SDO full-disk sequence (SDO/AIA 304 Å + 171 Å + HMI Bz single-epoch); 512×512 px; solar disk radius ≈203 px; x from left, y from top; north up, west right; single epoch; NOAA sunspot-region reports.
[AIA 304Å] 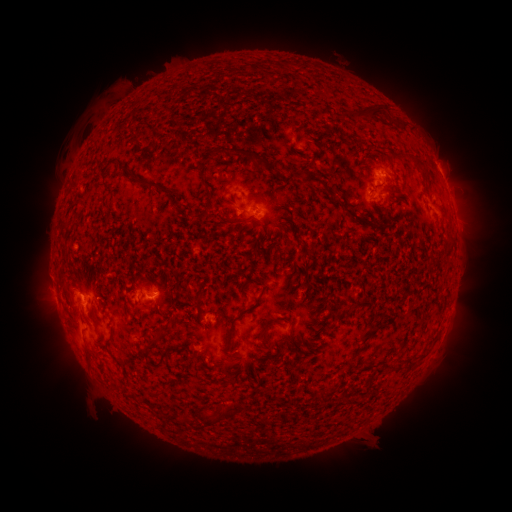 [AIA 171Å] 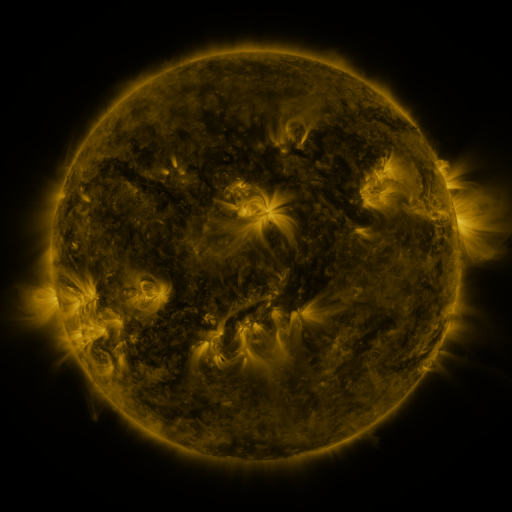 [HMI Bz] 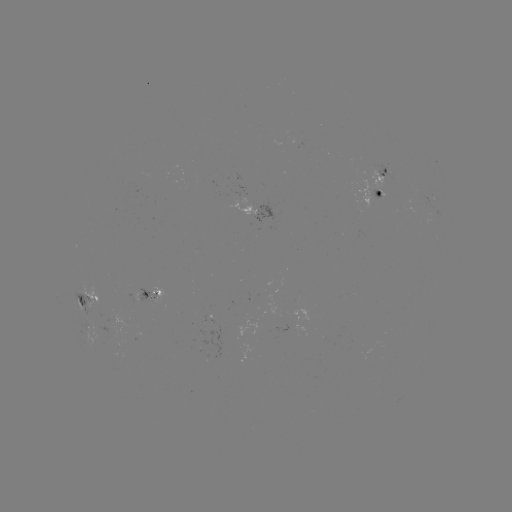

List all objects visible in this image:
spotted active region: (367, 160)
spotted active region: (358, 176)
spotted active region: (256, 209)
spotted active region: (208, 341)
spotted active region: (175, 384)
